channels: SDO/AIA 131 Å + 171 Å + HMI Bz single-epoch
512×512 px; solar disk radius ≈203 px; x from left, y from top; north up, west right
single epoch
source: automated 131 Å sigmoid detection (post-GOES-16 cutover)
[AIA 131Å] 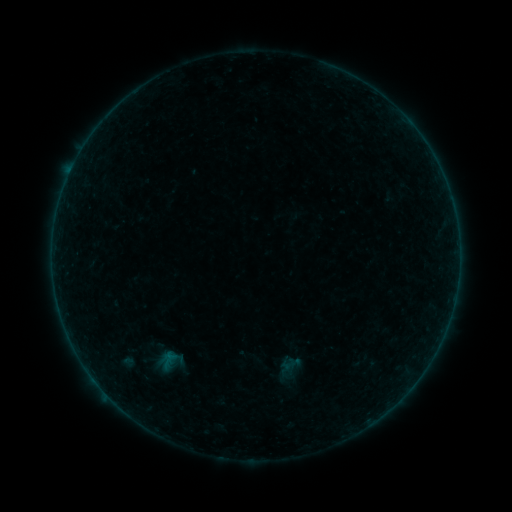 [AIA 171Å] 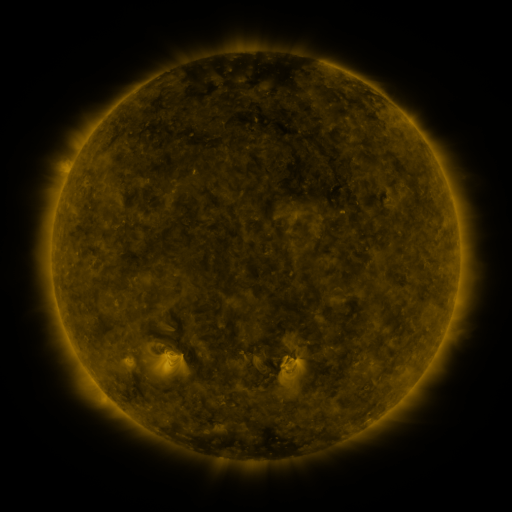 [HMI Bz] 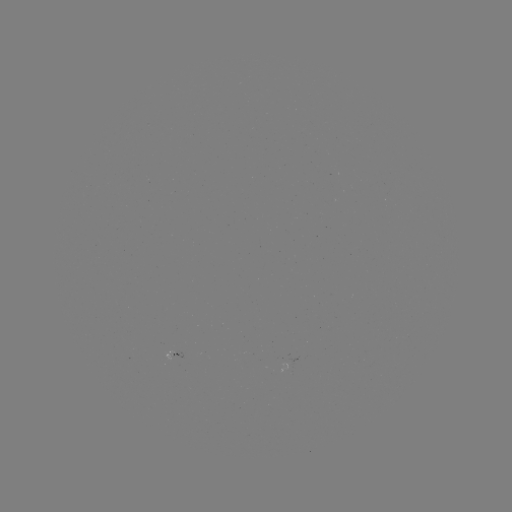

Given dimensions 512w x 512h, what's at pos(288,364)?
sigmoid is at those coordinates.